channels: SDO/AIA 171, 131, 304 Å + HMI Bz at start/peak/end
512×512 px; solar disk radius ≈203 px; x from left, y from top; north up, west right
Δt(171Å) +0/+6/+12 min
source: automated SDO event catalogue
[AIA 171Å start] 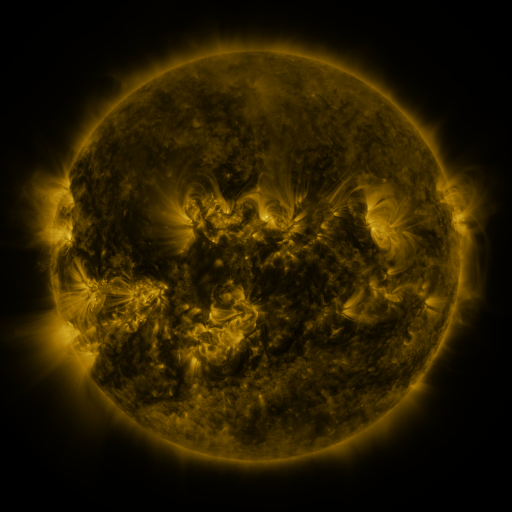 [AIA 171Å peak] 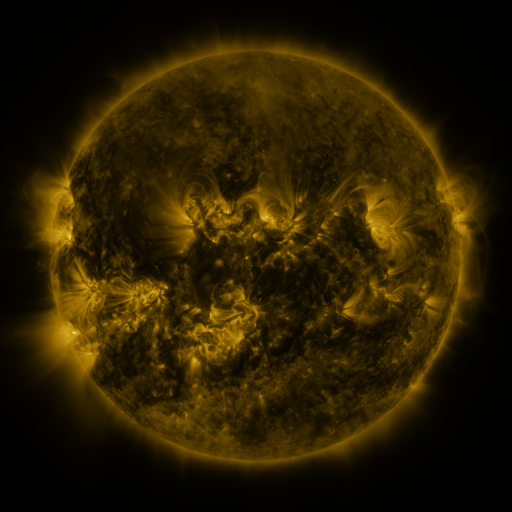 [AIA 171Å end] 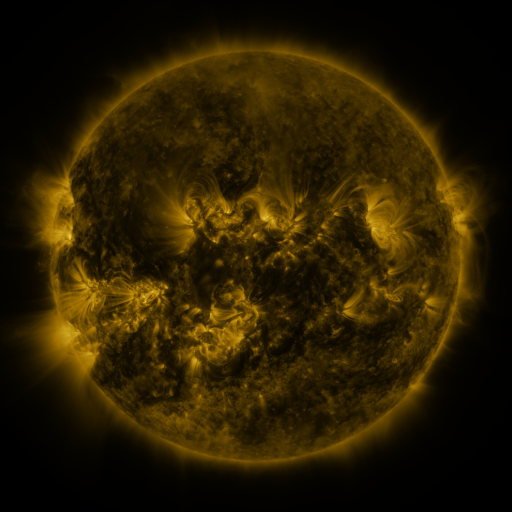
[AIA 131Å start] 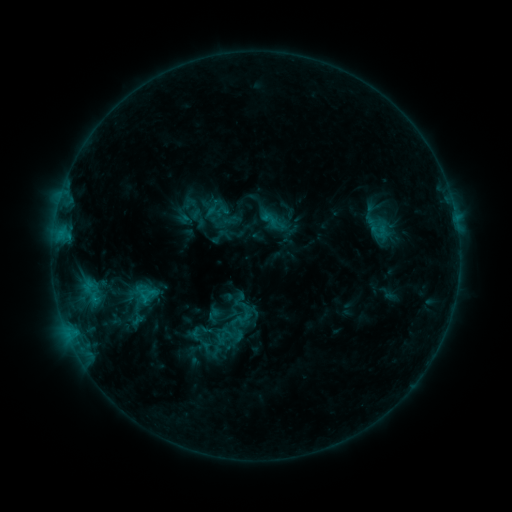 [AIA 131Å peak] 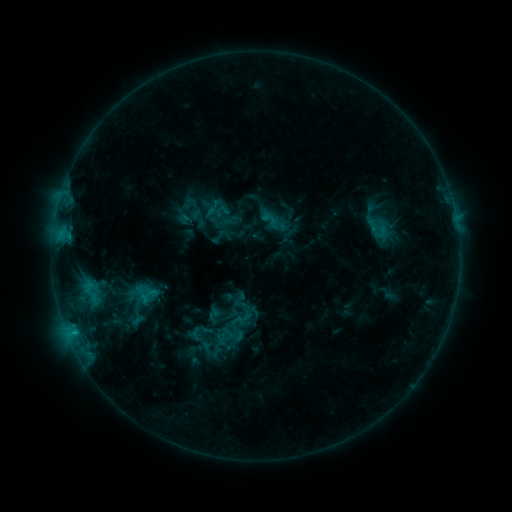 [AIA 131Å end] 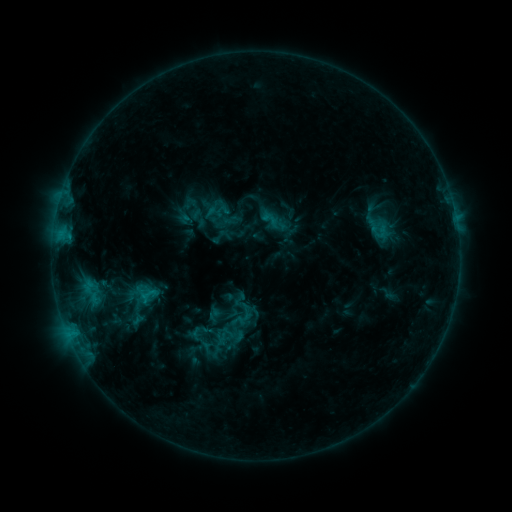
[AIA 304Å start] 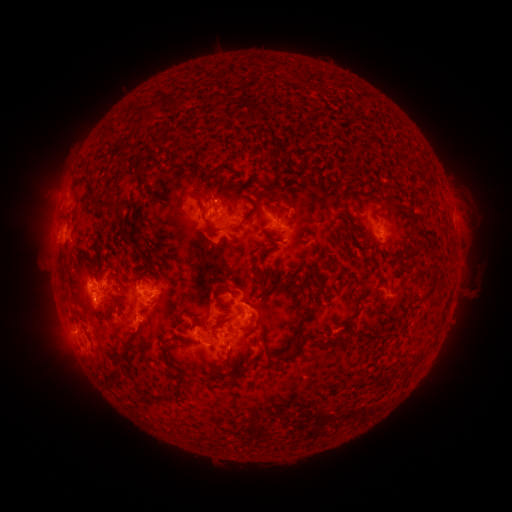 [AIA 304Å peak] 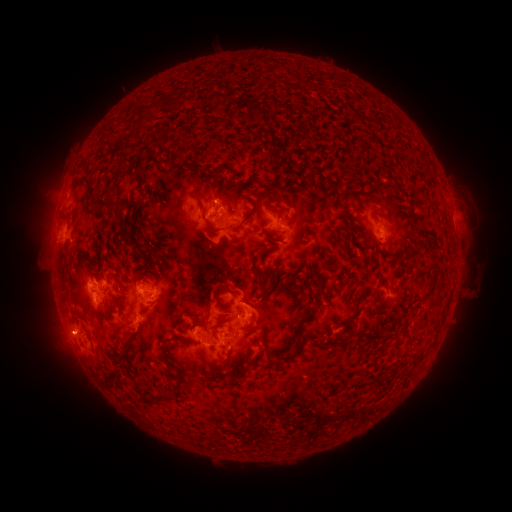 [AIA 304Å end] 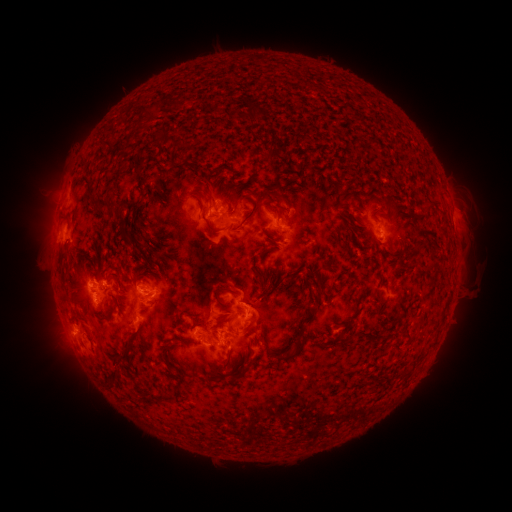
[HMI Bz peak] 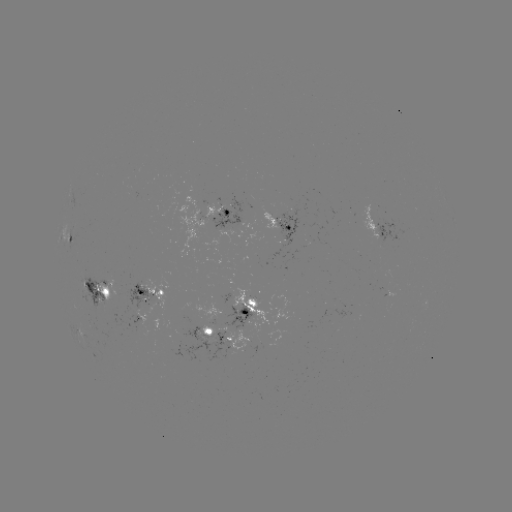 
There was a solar eruption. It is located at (65, 334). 